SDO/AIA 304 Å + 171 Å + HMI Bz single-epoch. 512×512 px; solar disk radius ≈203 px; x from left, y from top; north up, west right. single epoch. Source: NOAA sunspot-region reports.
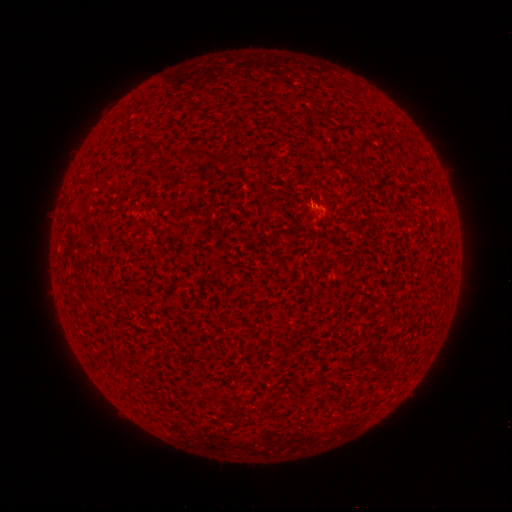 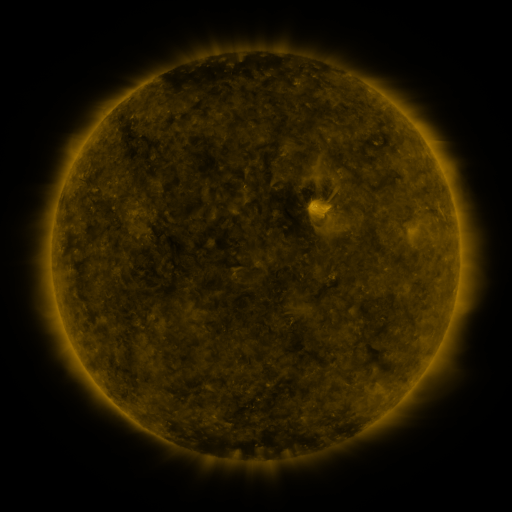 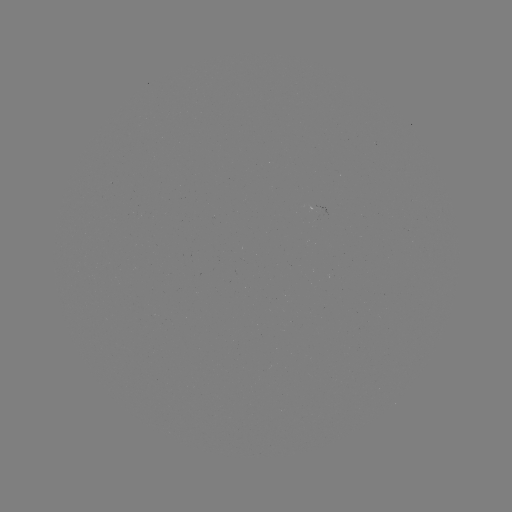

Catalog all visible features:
(none)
